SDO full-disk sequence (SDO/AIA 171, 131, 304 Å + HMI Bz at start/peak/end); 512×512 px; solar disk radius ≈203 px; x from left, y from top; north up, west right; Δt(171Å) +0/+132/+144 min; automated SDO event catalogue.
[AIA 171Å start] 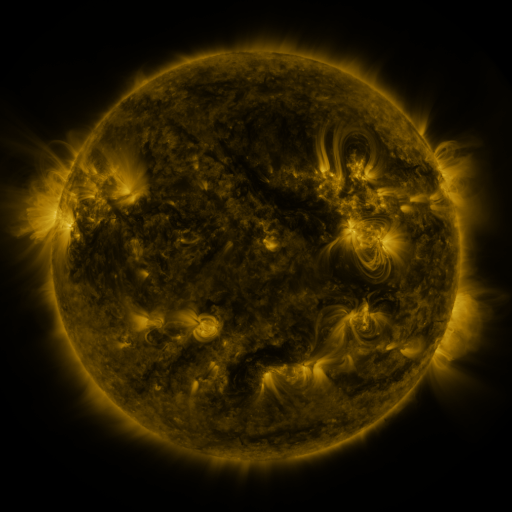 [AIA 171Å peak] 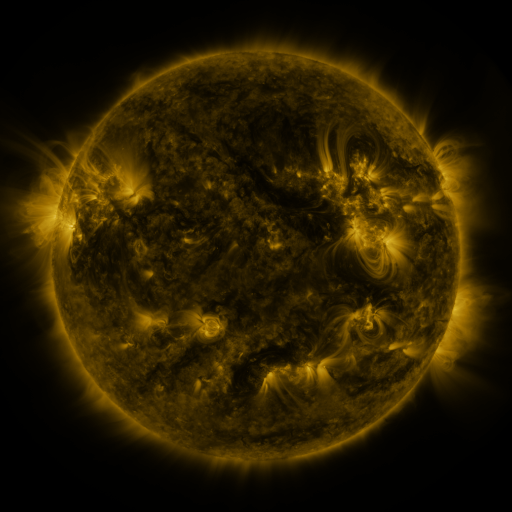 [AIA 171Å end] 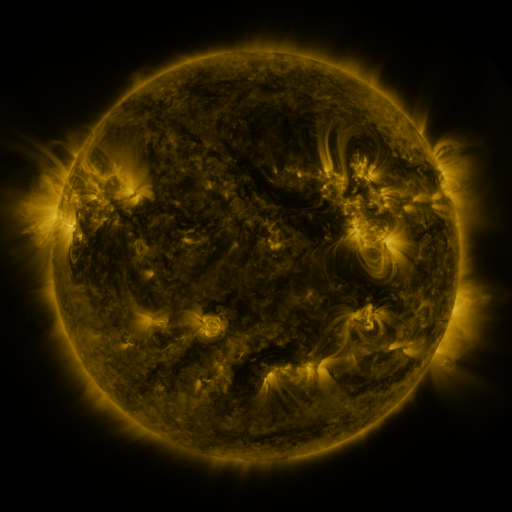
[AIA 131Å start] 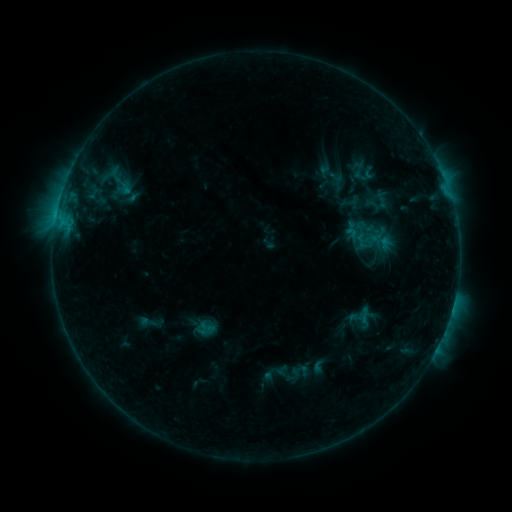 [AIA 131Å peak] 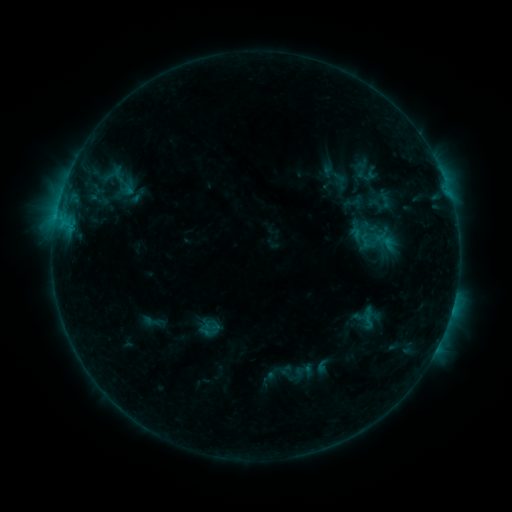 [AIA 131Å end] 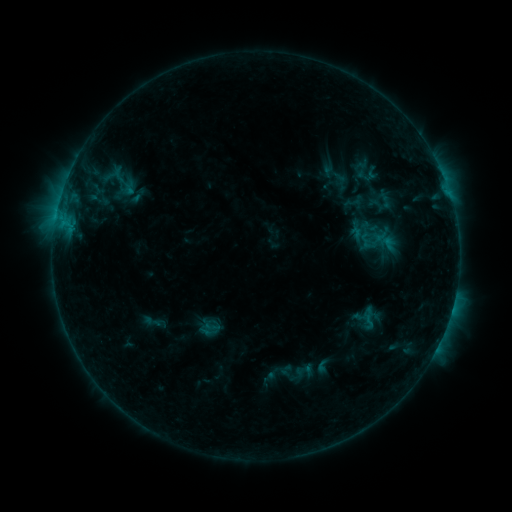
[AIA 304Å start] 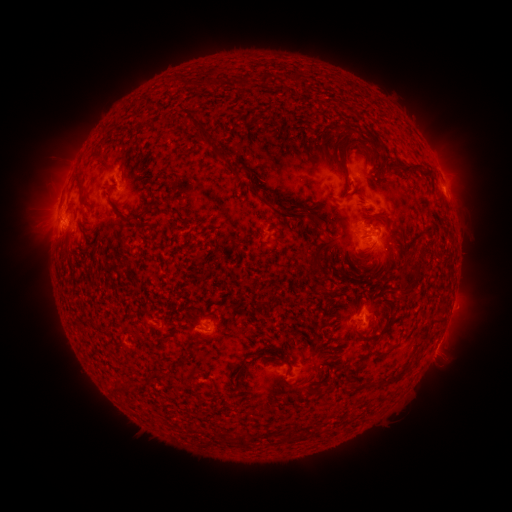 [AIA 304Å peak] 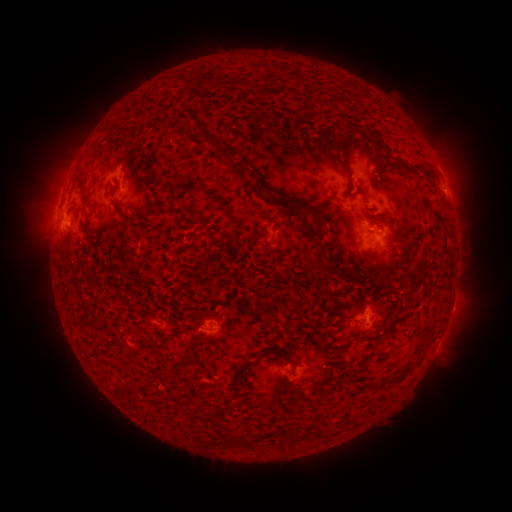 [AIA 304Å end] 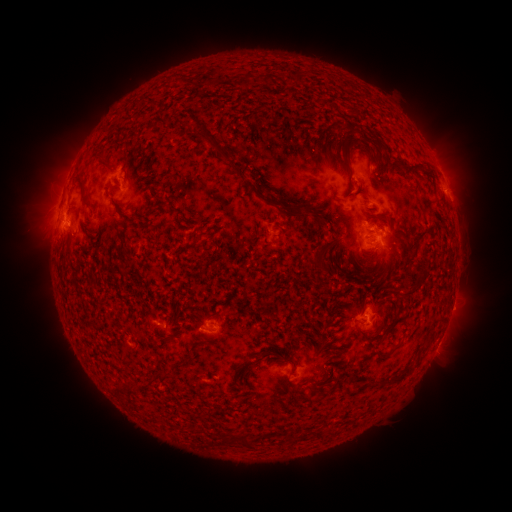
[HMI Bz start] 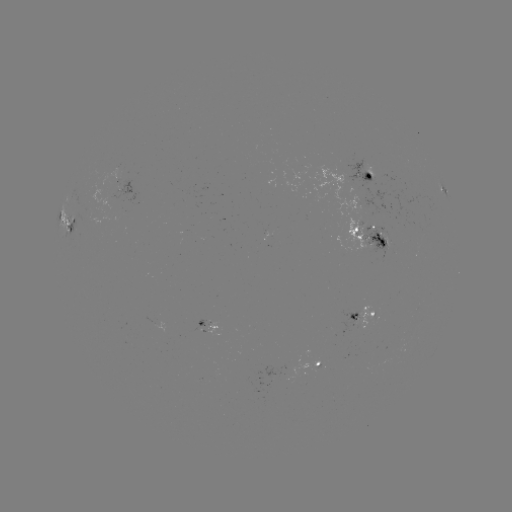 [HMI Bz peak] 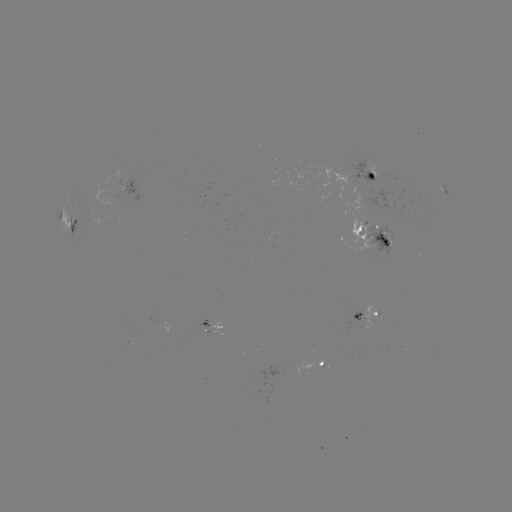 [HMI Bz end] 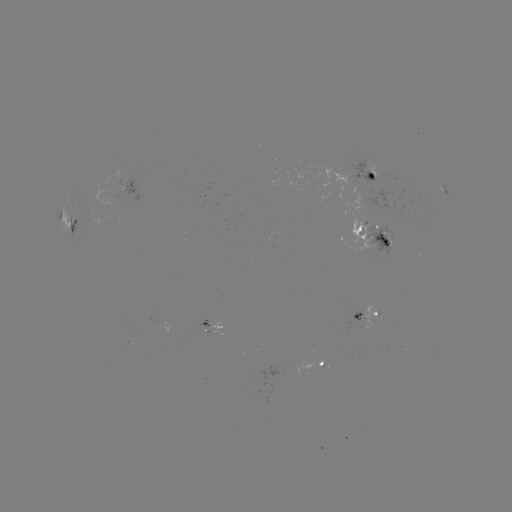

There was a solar emerging-flux region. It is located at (375, 240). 